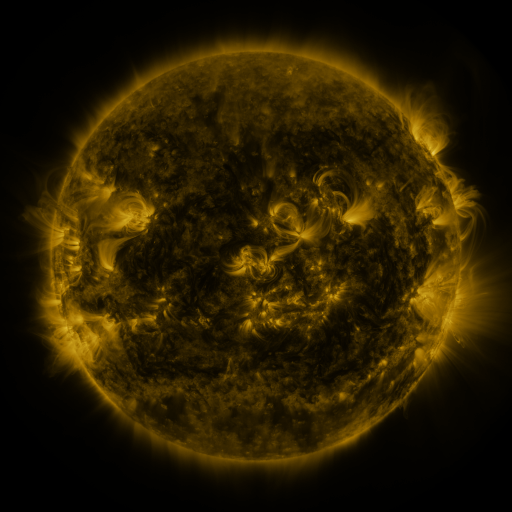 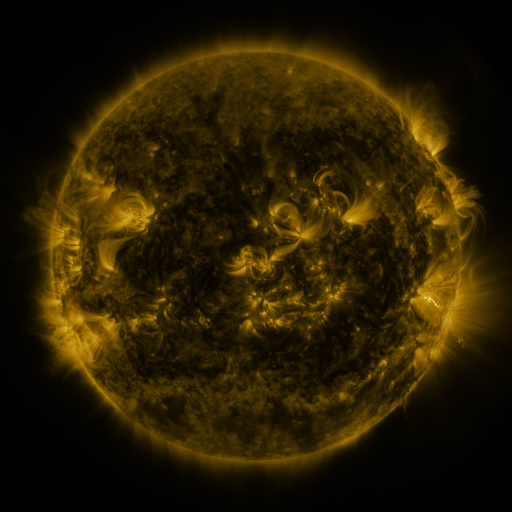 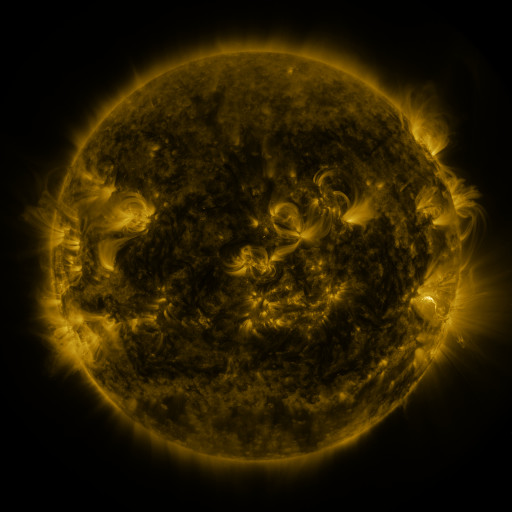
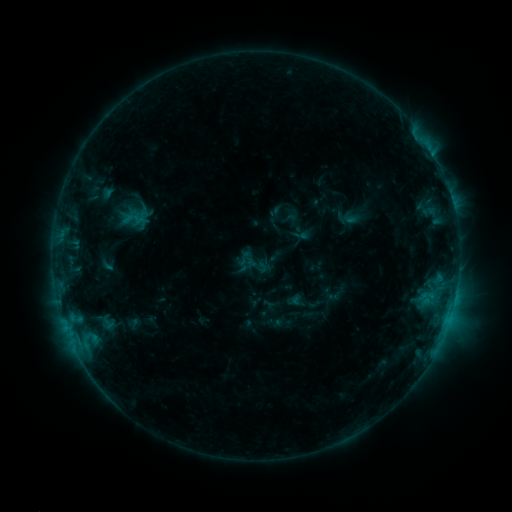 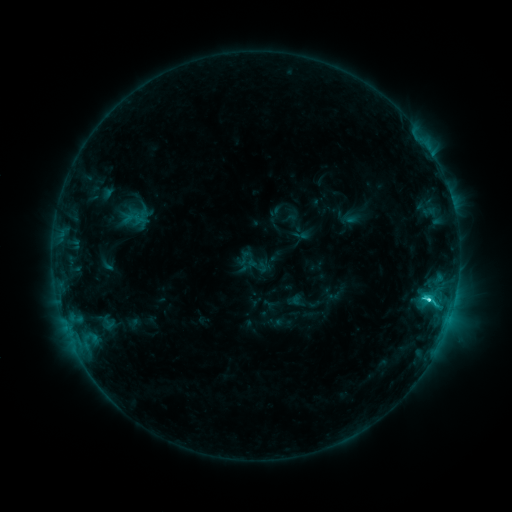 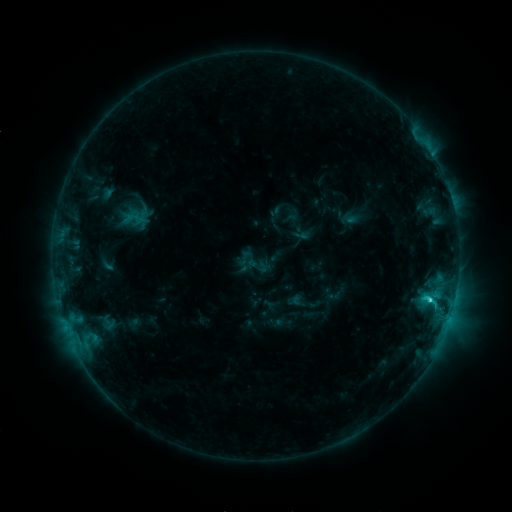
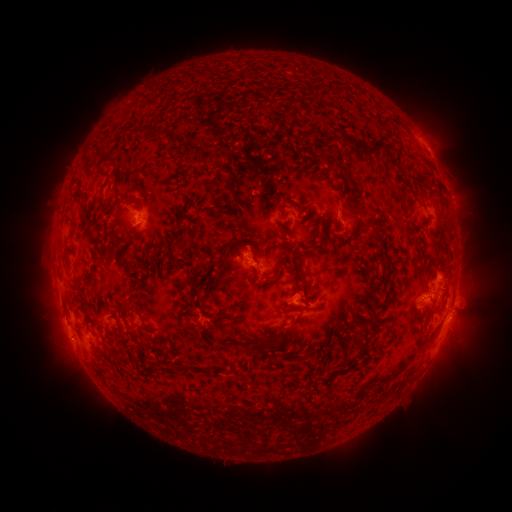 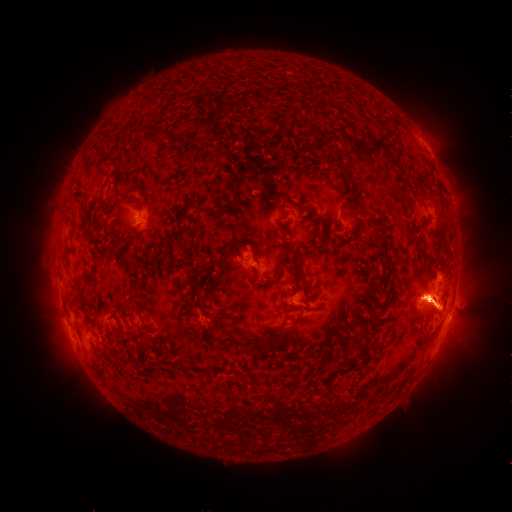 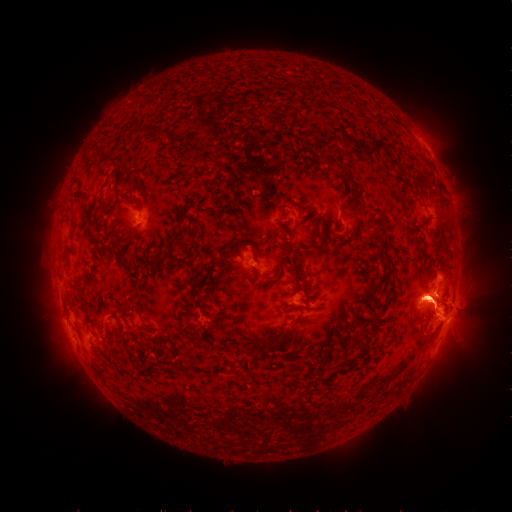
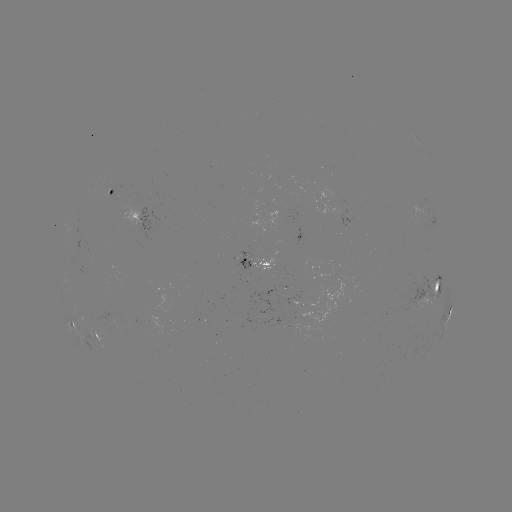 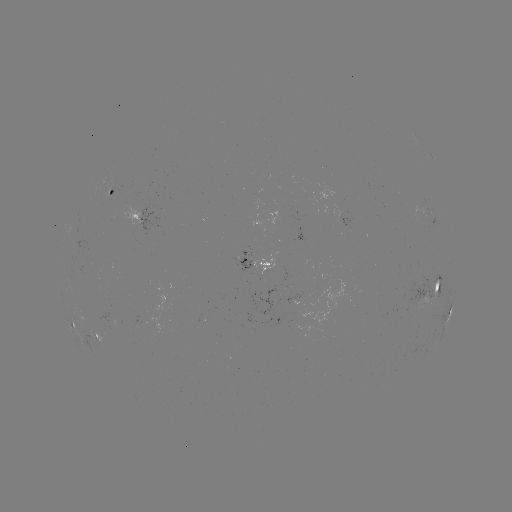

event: flare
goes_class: C3.7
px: (427, 298)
